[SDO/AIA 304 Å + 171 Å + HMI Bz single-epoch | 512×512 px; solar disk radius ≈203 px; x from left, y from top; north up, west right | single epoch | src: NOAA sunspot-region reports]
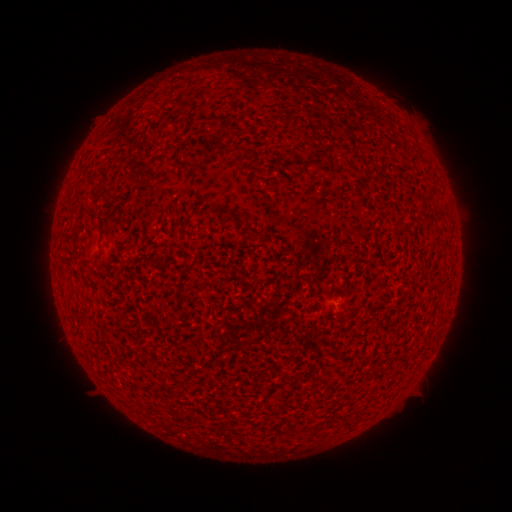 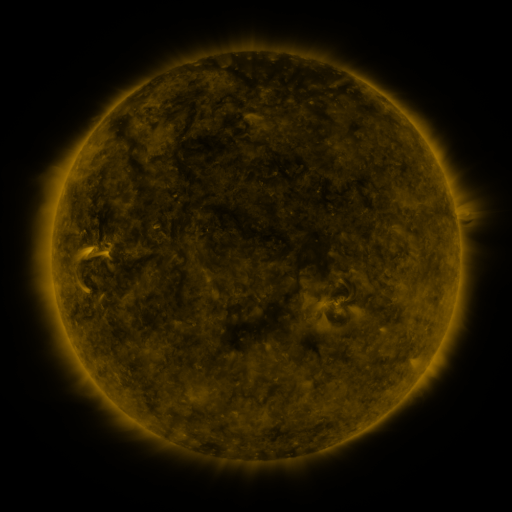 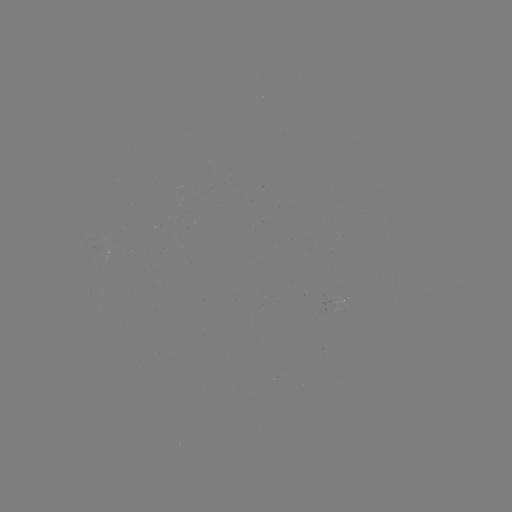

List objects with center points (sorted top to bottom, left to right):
(none)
